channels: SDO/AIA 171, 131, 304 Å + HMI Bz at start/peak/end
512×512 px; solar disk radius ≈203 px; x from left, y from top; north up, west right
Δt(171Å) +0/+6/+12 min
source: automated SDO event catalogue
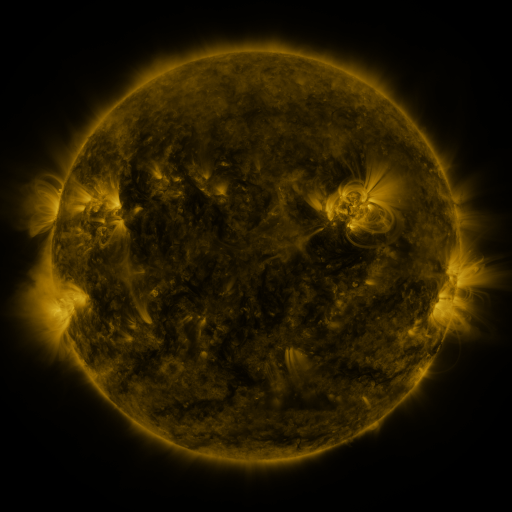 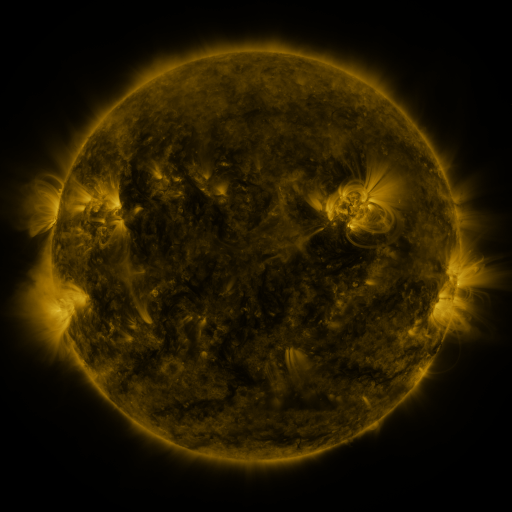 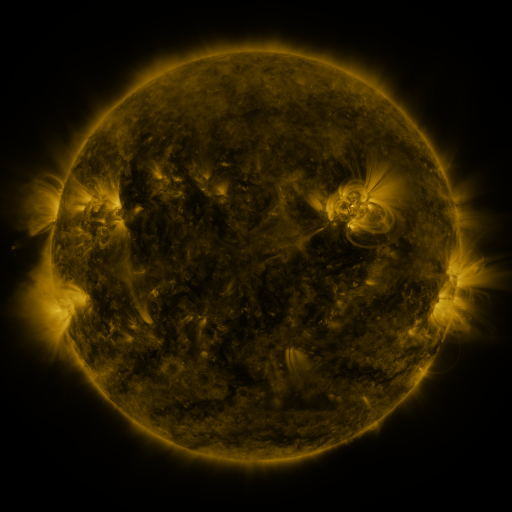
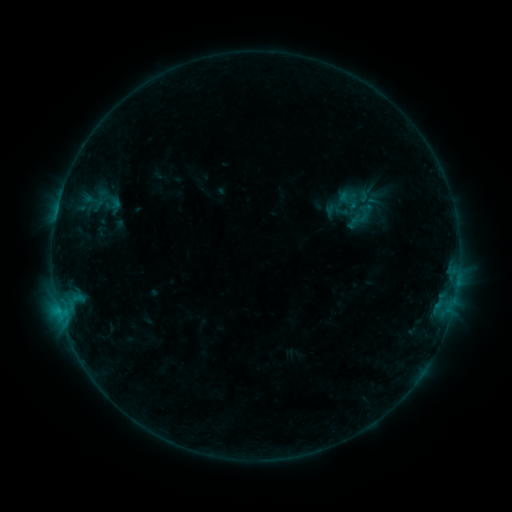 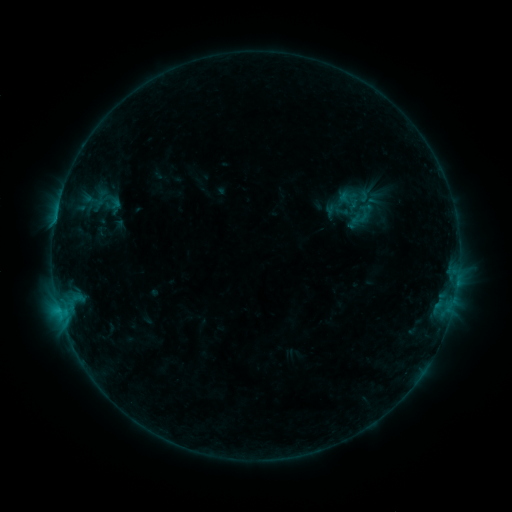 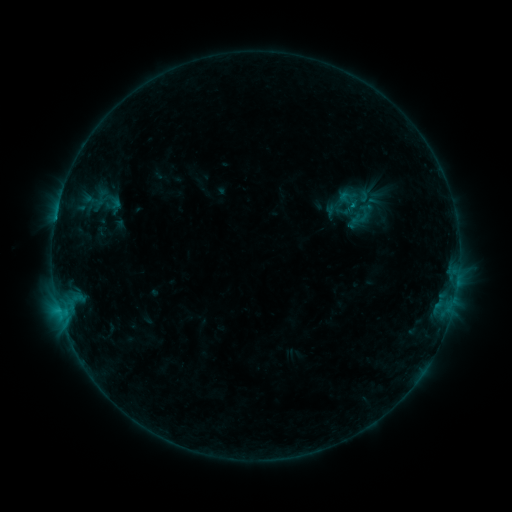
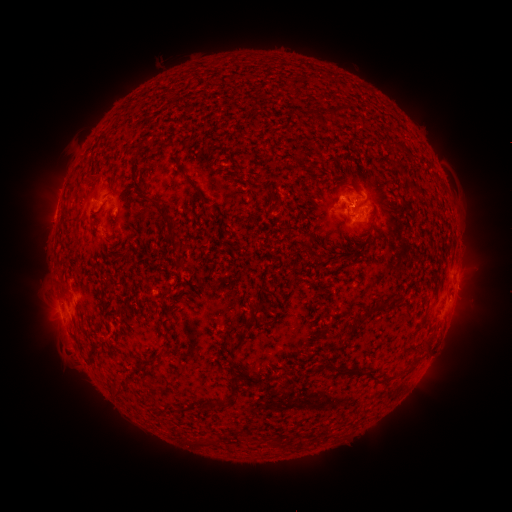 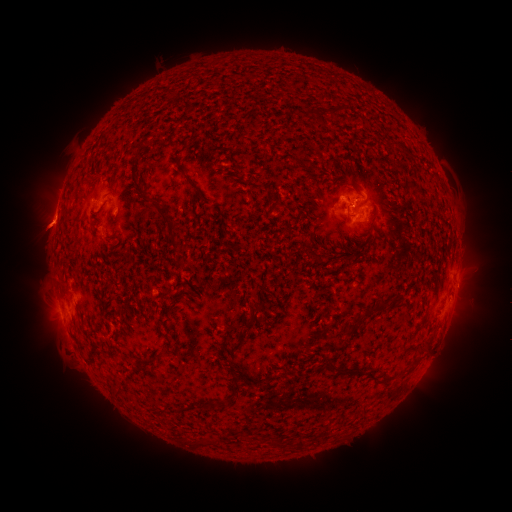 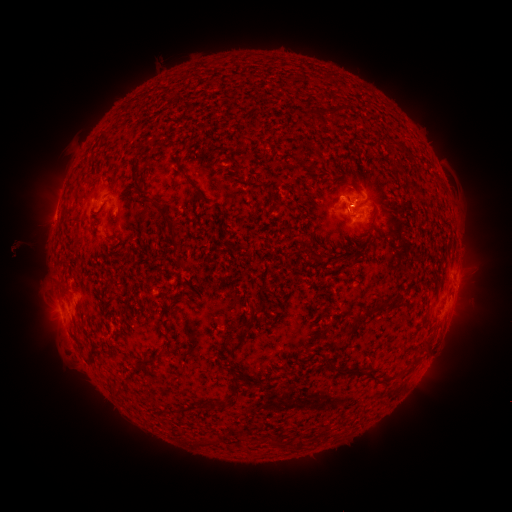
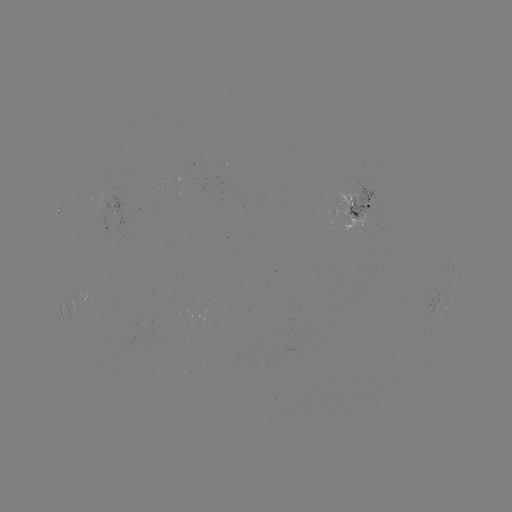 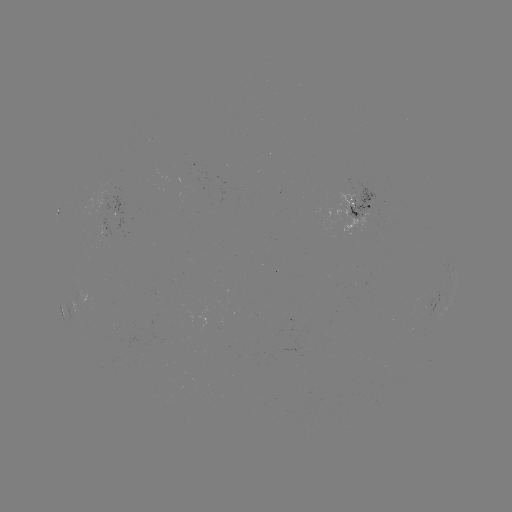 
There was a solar eruption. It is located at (46, 223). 